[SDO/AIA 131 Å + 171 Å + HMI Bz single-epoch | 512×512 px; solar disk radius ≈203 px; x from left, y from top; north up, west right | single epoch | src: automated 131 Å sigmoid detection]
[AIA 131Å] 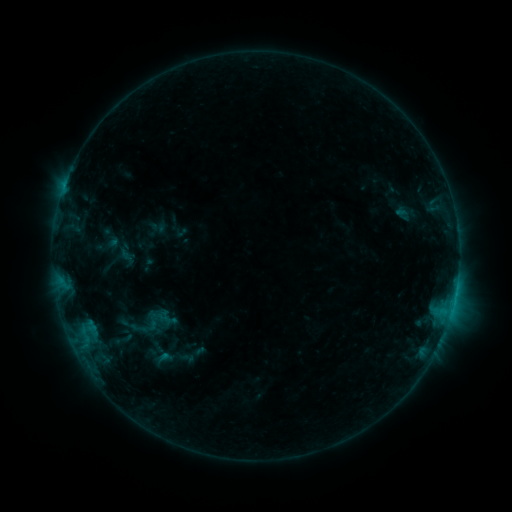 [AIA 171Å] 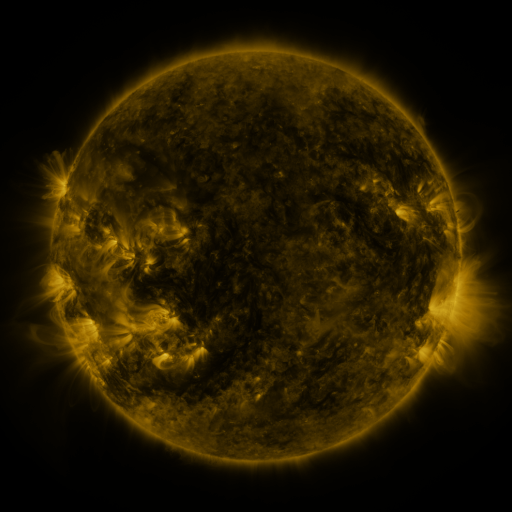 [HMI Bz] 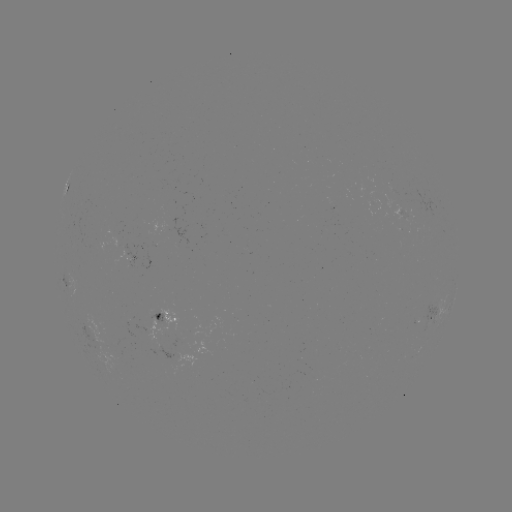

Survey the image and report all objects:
sigmoid: (404, 213)
